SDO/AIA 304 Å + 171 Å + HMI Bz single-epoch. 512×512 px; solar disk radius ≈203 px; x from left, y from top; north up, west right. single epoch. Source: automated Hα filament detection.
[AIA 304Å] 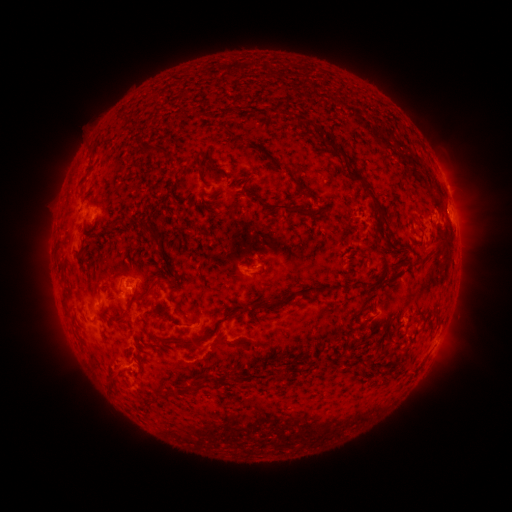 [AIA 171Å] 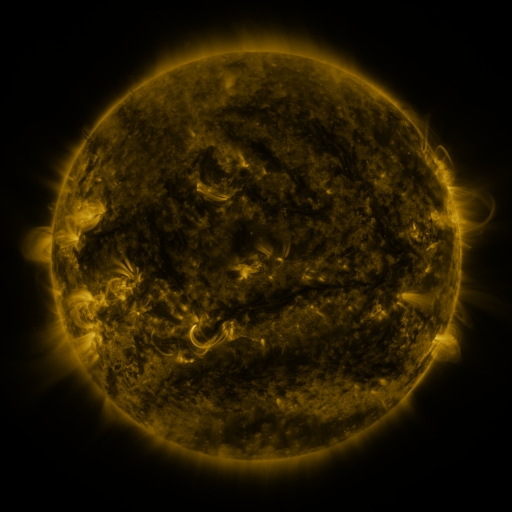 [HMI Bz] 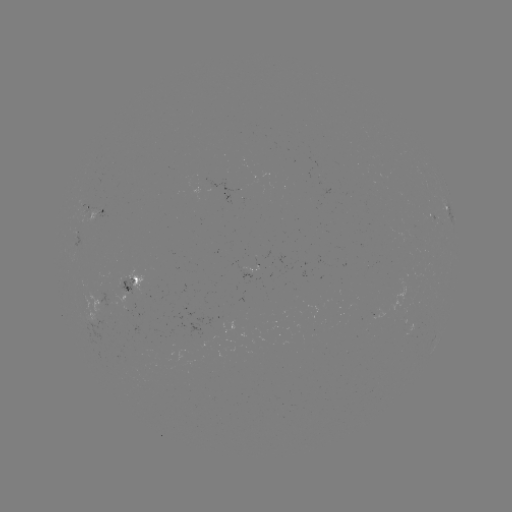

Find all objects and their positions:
filament: (326, 142, 345, 157)
filament: (156, 147, 166, 156)
filament: (208, 157, 217, 169)
filament: (347, 167, 389, 227)
filament: (249, 192, 299, 215)
filament: (140, 223, 161, 241)
filament: (77, 243, 87, 258)
filament: (142, 279, 158, 296)
filament: (61, 290, 70, 304)
filament: (267, 299, 285, 308)
filament: (125, 301, 132, 311)
filament: (174, 338, 187, 346)
filament: (105, 372, 114, 384)
filament: (197, 372, 208, 388)
